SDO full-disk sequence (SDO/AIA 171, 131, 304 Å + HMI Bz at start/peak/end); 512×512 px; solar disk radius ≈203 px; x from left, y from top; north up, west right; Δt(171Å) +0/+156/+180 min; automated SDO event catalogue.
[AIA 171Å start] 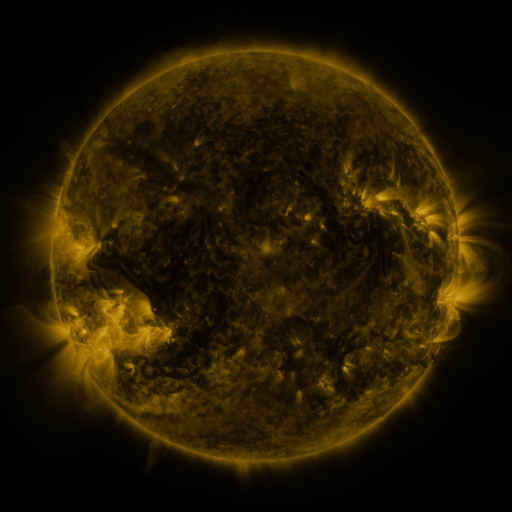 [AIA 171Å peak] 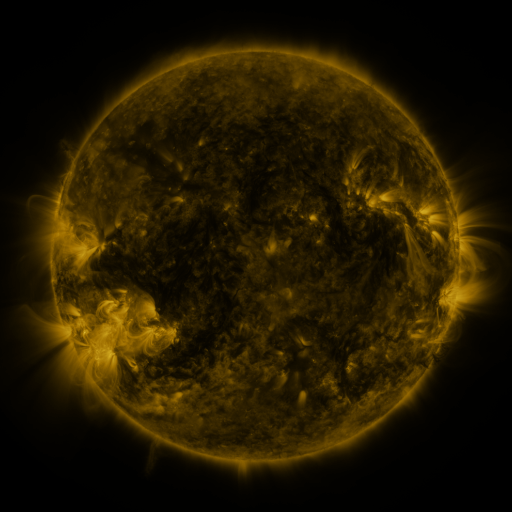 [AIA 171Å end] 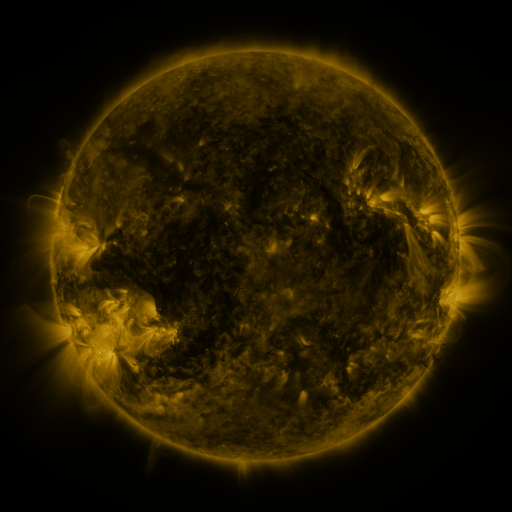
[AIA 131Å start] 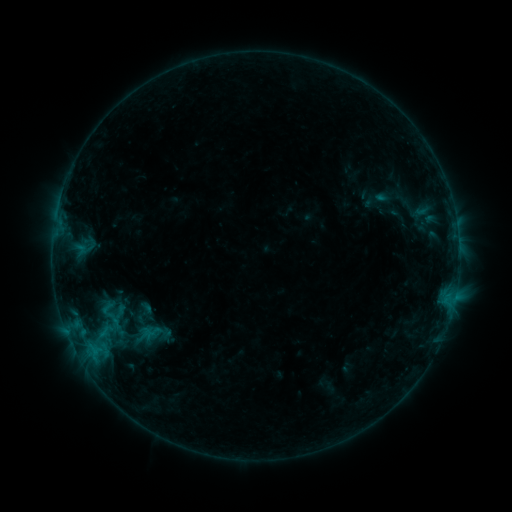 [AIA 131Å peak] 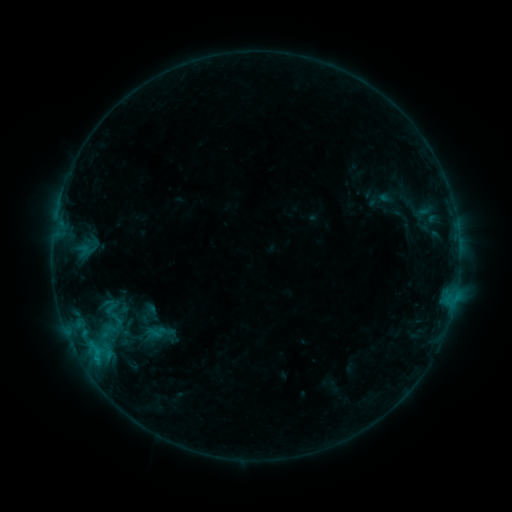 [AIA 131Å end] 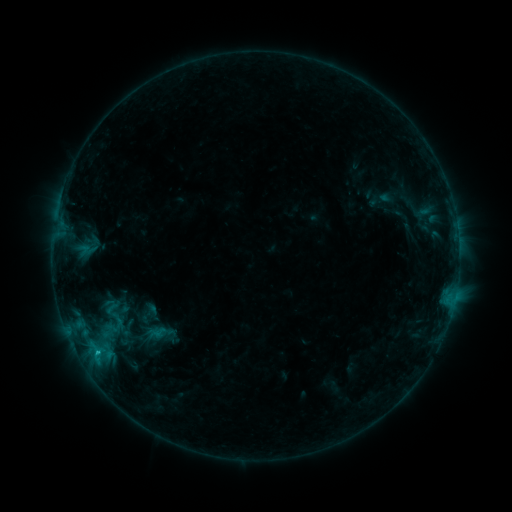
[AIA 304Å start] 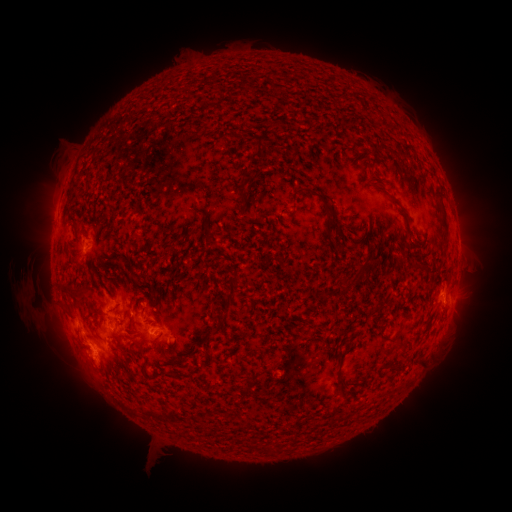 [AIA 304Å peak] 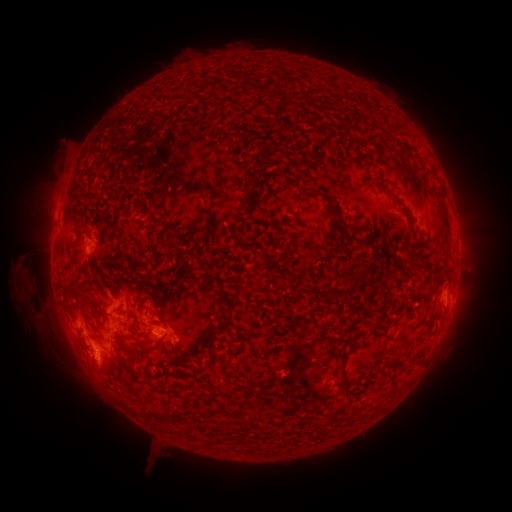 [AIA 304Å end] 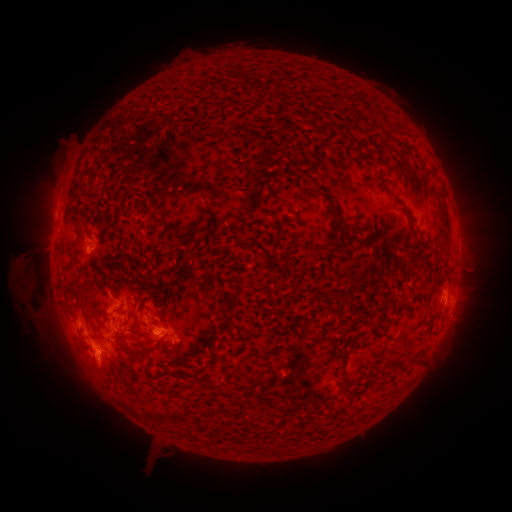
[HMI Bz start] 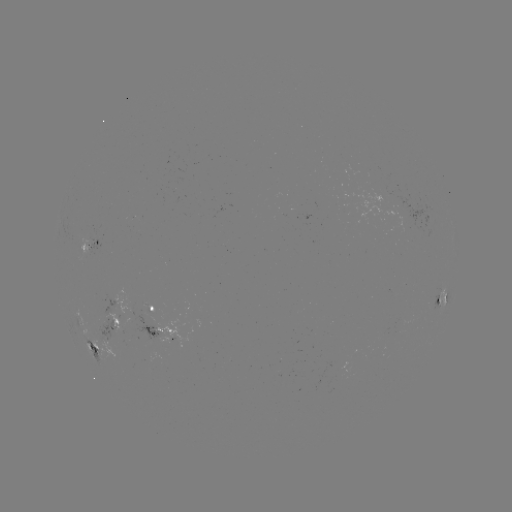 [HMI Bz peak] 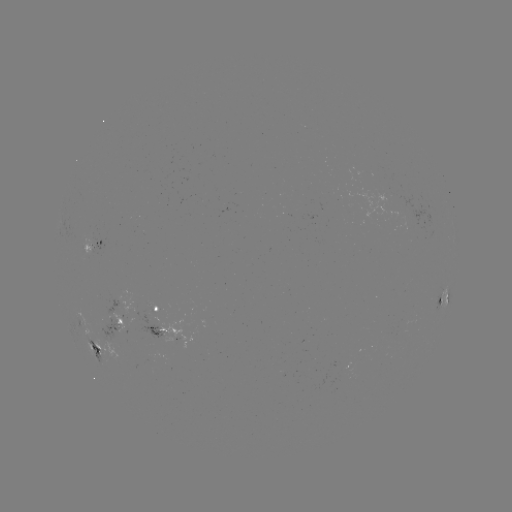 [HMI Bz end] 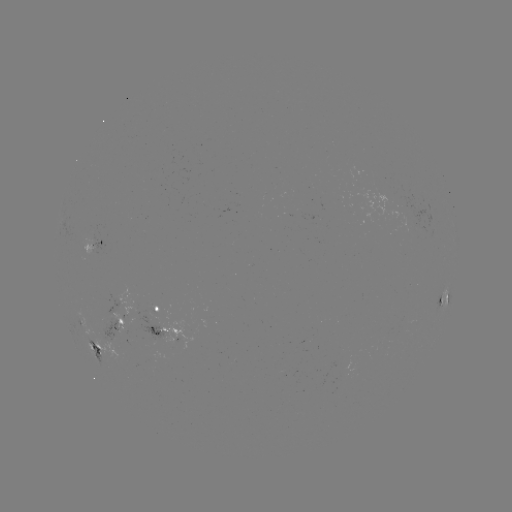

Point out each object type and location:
emerging-flux region: (158, 327)
